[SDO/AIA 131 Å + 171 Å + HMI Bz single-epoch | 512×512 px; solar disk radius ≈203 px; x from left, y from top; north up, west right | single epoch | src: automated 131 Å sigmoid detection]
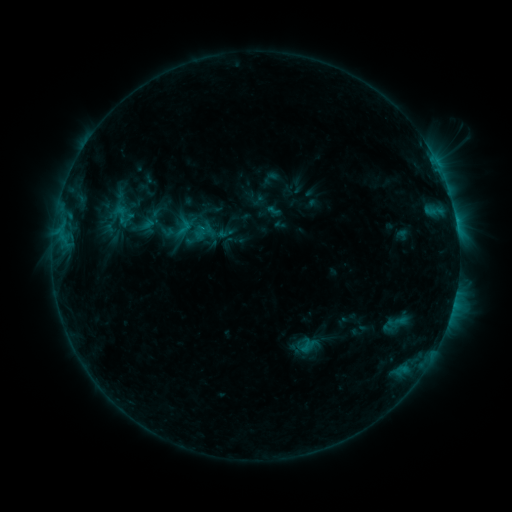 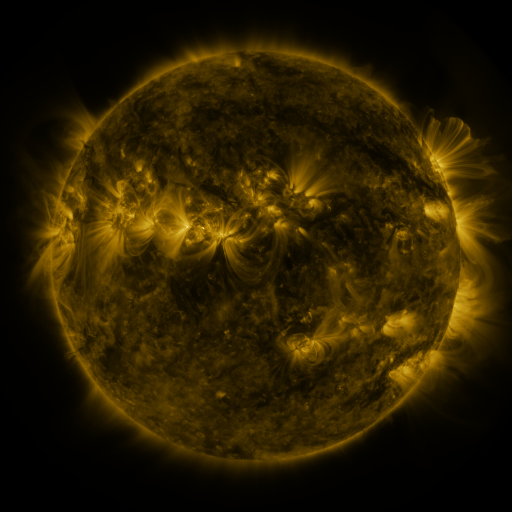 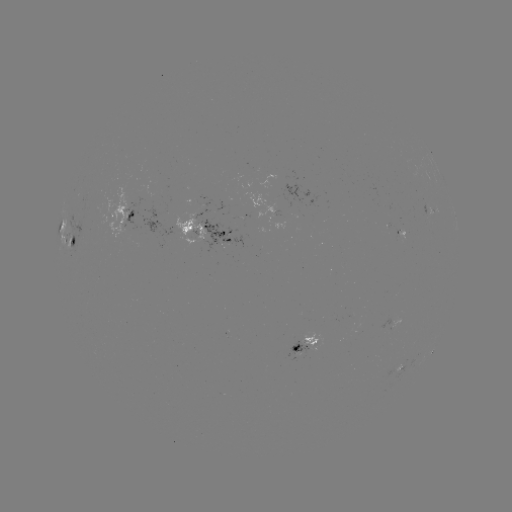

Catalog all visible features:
sigmoid: <bbox>110, 200, 136, 230</bbox>
sigmoid: <bbox>172, 216, 194, 239</bbox>
